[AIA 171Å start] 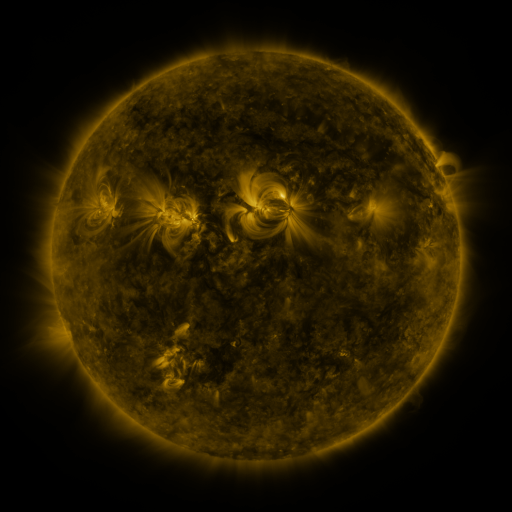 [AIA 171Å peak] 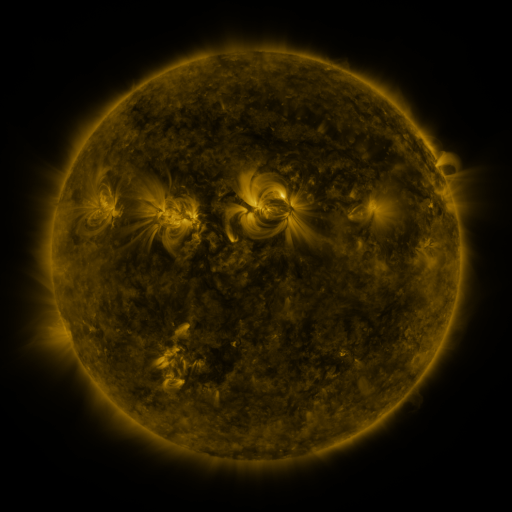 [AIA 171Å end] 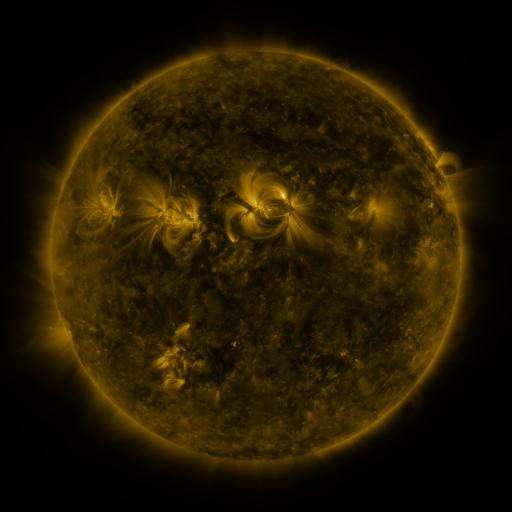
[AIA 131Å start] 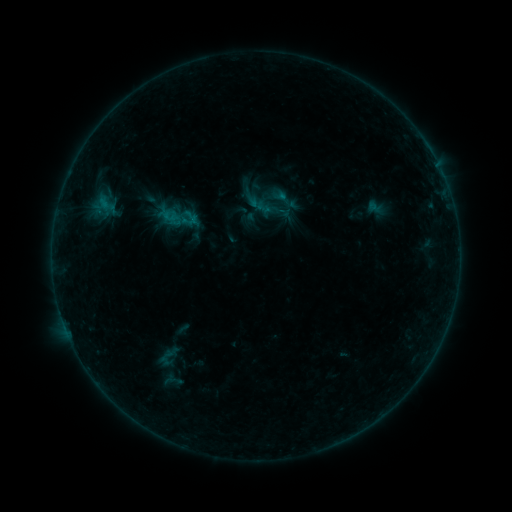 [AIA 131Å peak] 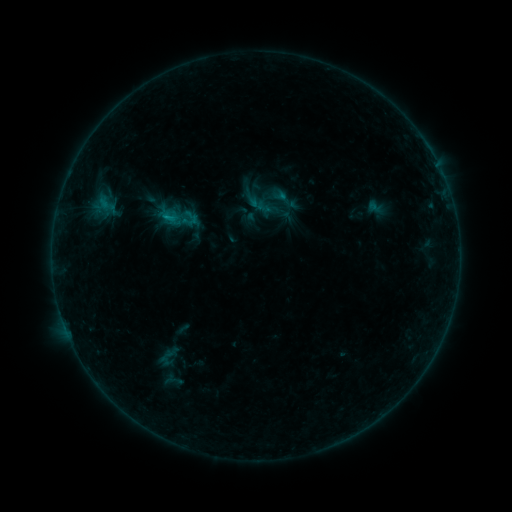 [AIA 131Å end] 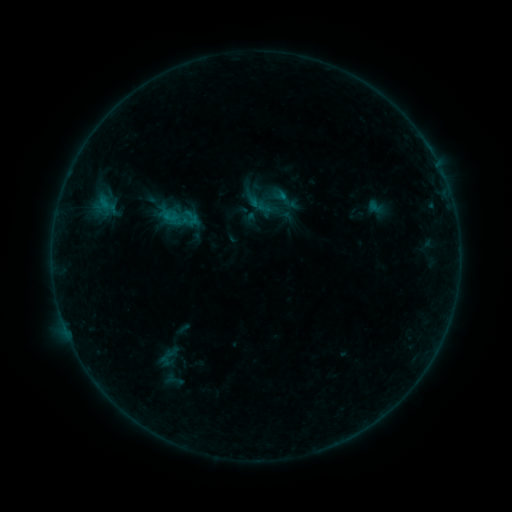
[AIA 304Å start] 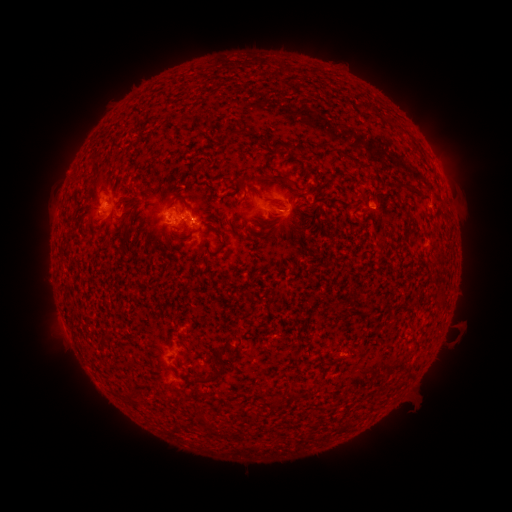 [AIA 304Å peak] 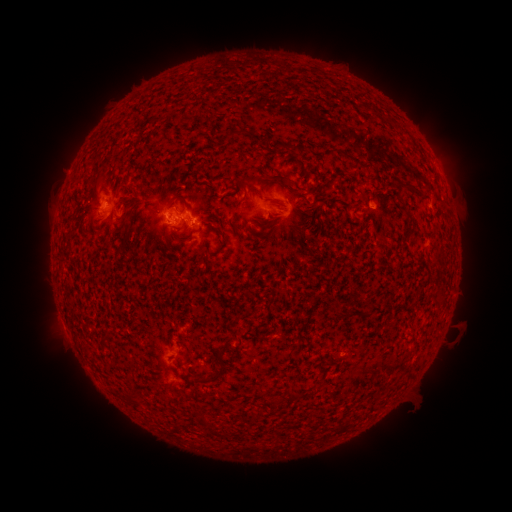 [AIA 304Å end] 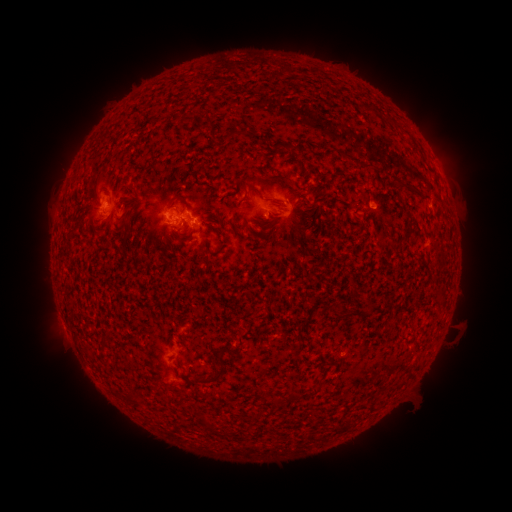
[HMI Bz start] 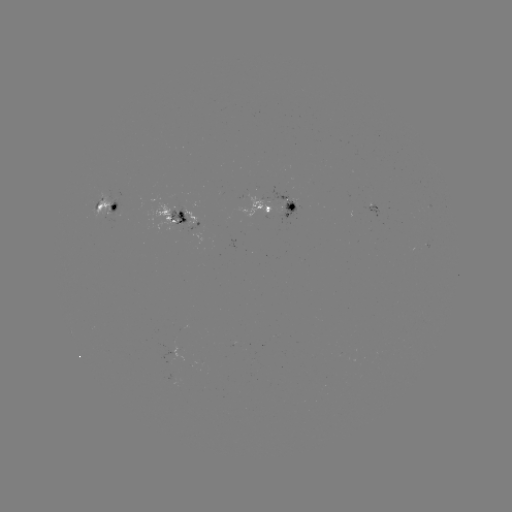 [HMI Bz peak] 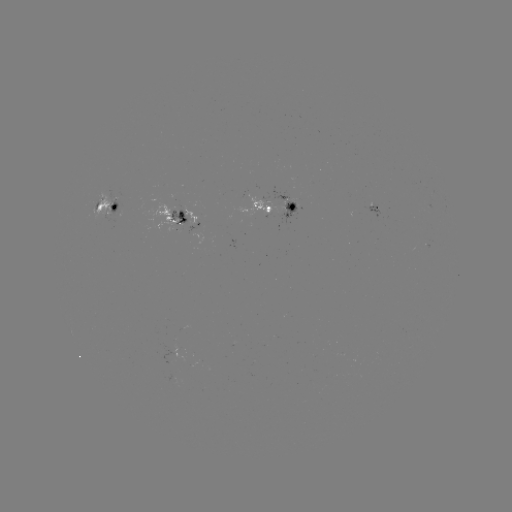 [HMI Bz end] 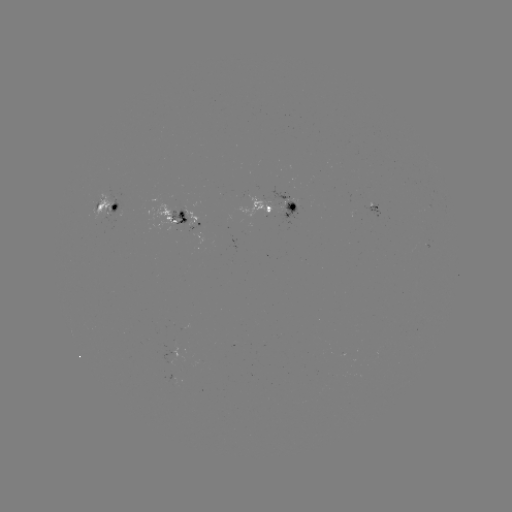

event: flare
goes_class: B4.9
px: (166, 217)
